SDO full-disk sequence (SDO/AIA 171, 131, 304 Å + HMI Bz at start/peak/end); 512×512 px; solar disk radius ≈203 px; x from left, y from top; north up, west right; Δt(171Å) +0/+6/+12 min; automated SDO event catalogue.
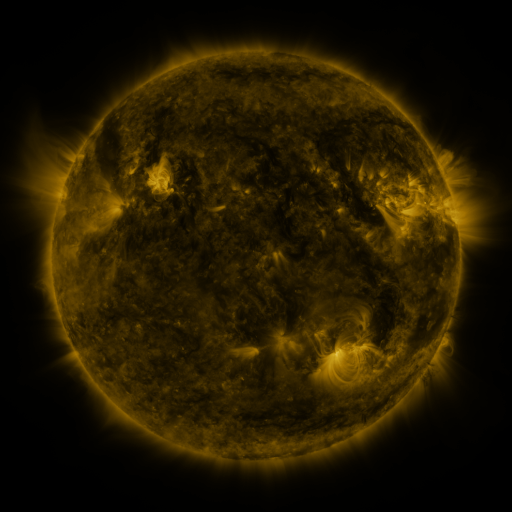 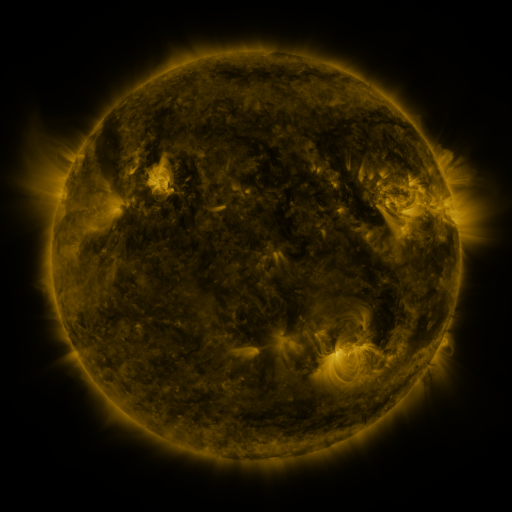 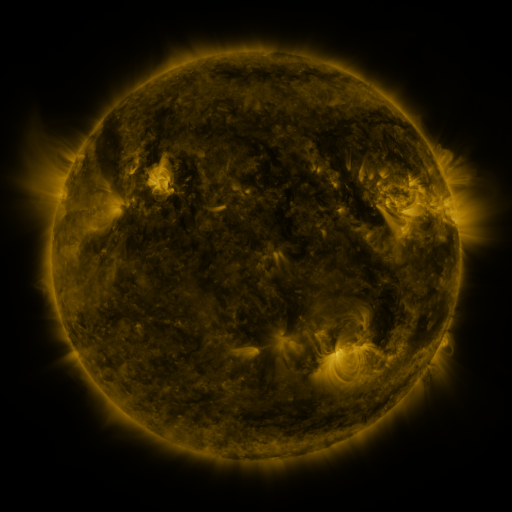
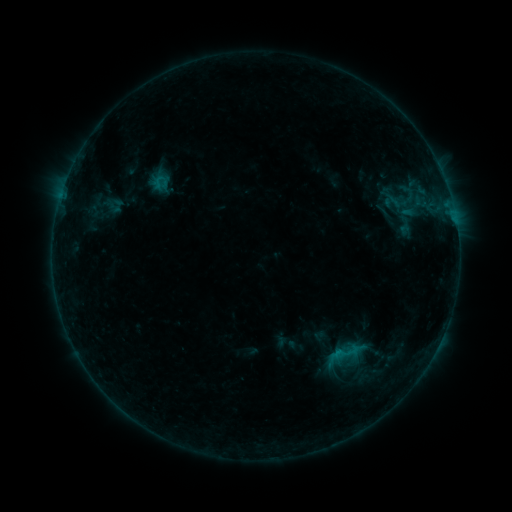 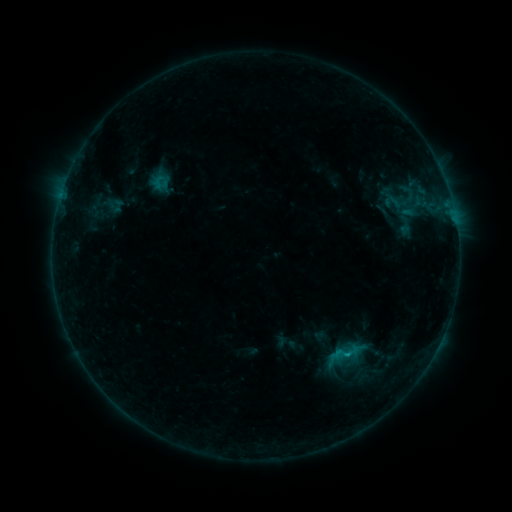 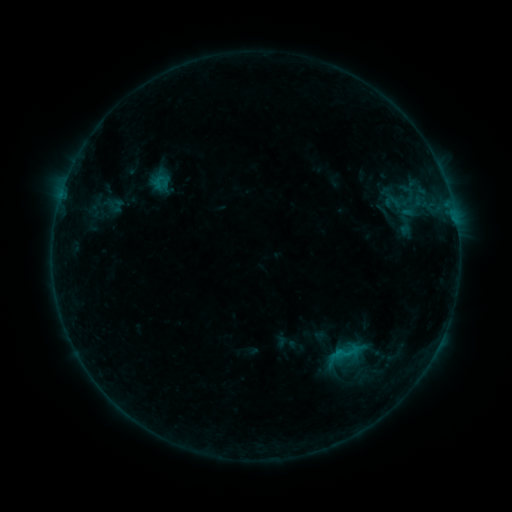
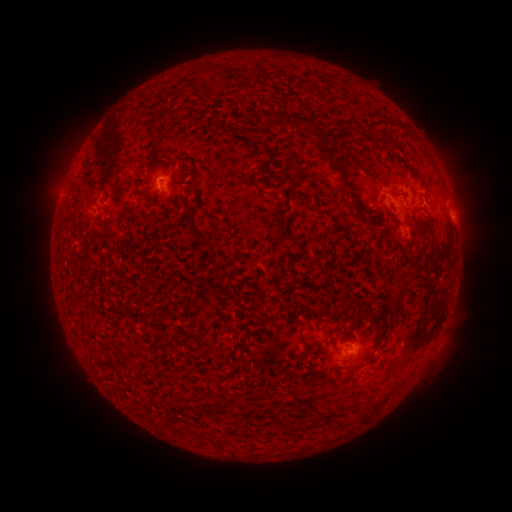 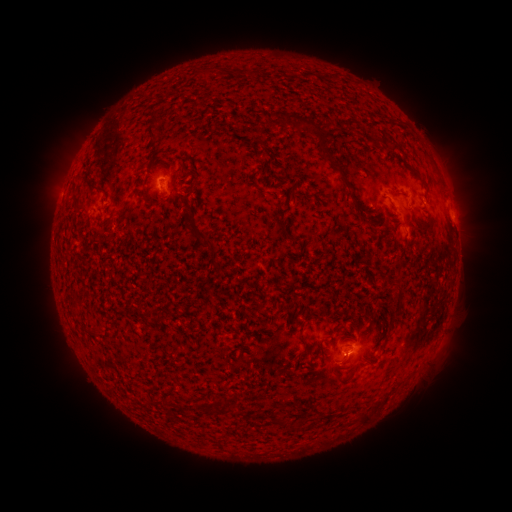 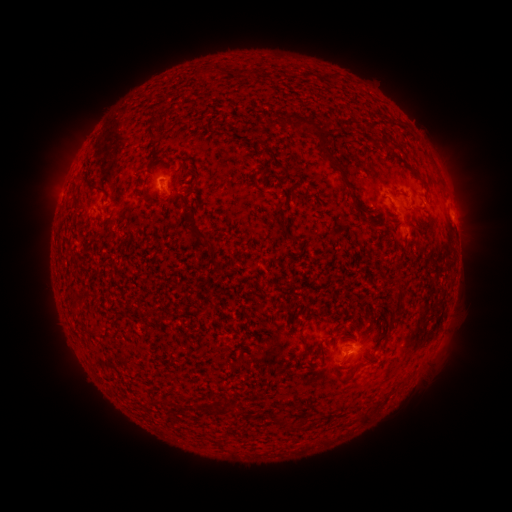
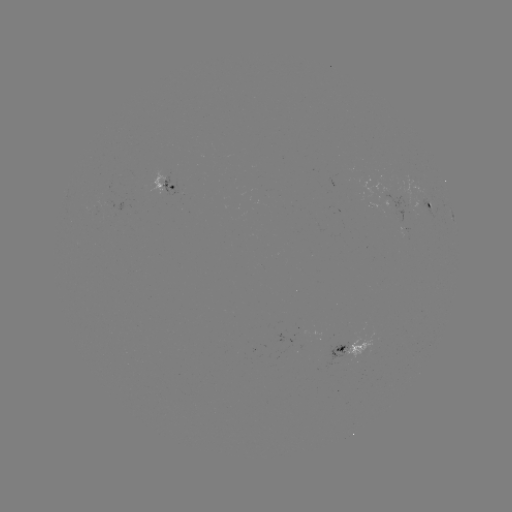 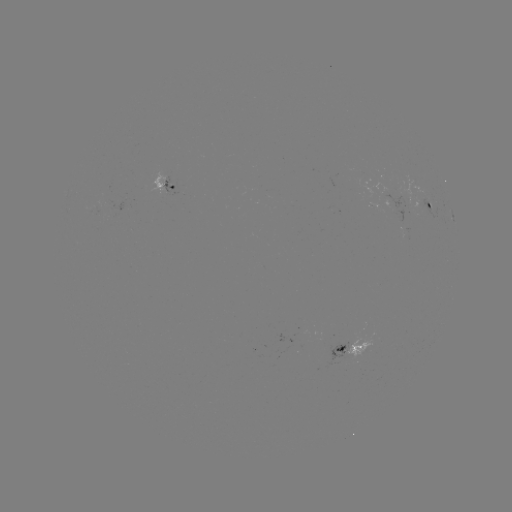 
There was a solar flare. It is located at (346, 352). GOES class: B3.1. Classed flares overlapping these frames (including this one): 1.